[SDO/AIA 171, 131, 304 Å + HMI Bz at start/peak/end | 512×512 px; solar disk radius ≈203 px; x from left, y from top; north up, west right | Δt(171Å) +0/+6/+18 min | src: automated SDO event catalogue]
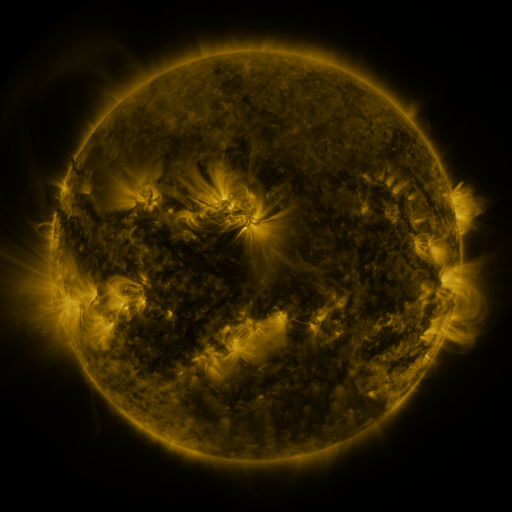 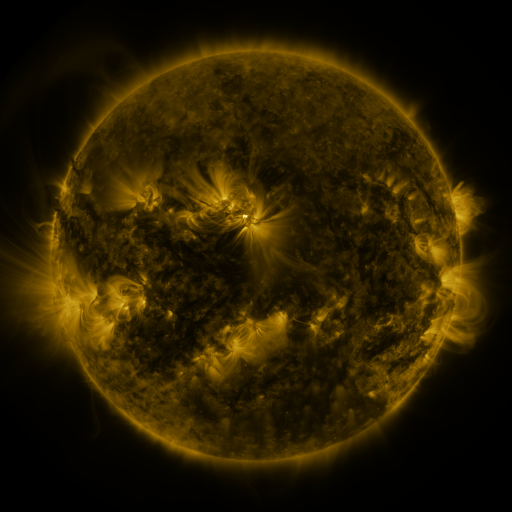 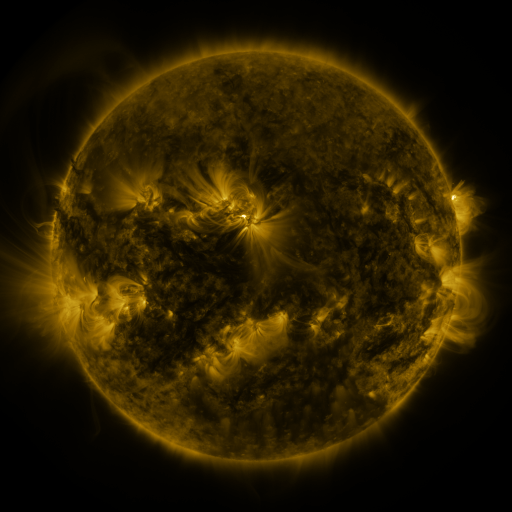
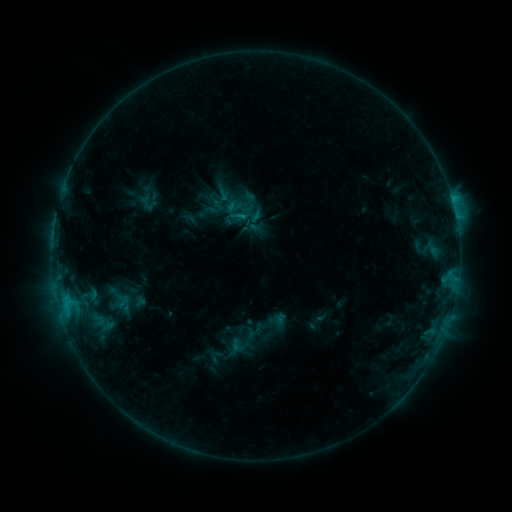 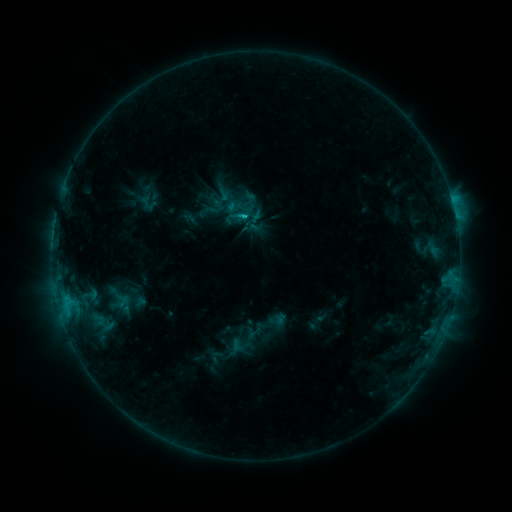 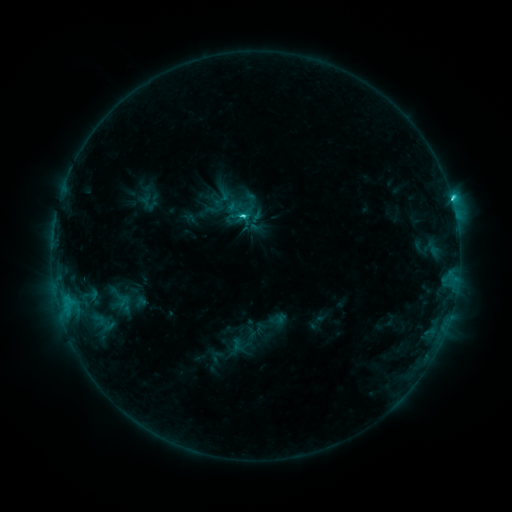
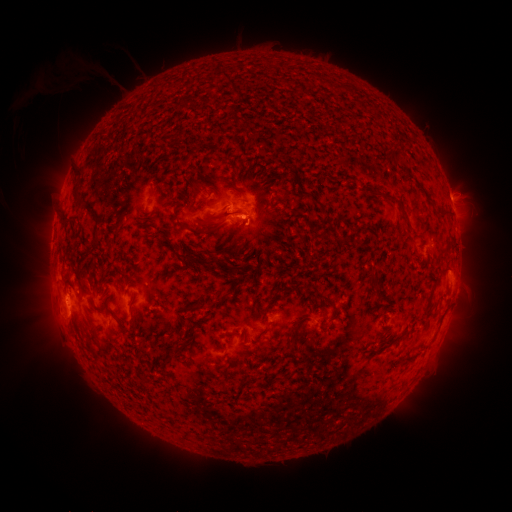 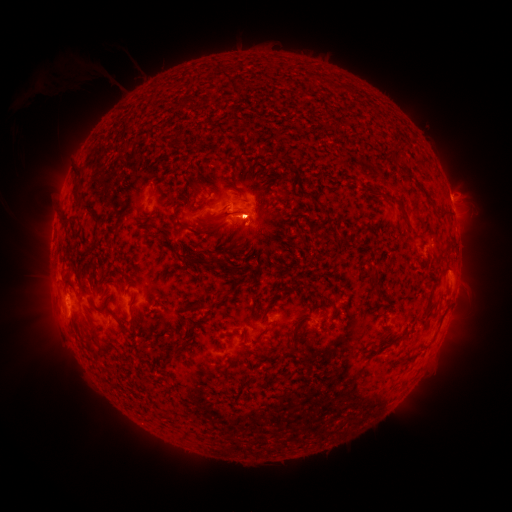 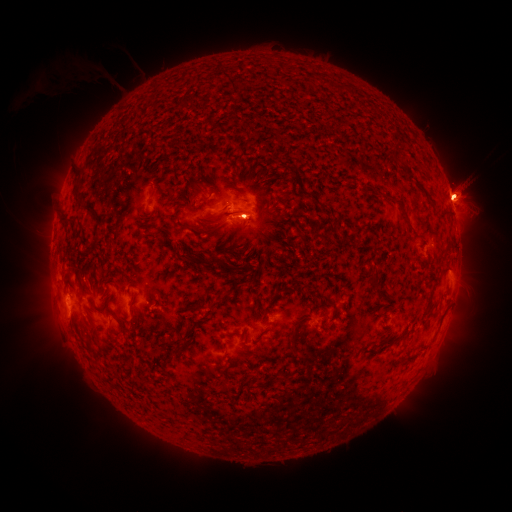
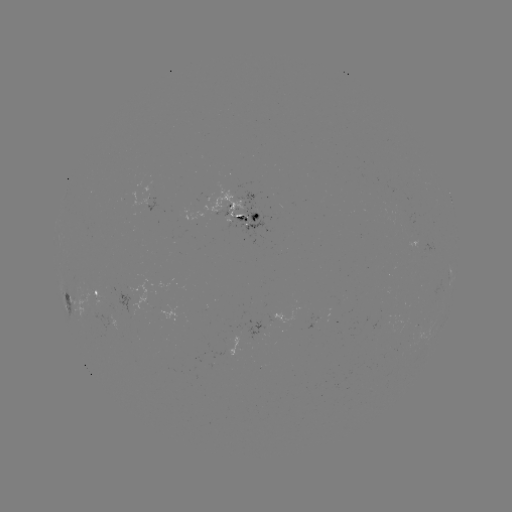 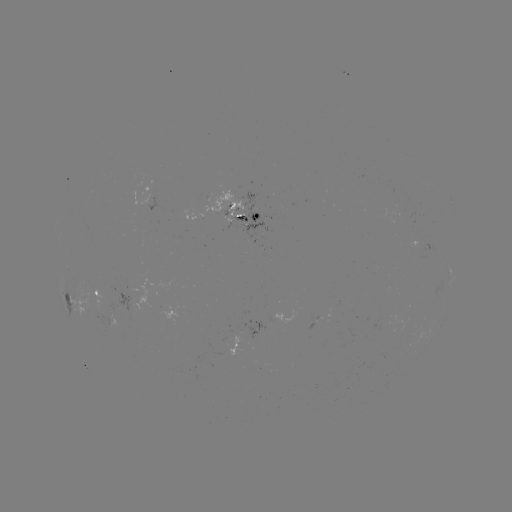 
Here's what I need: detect eruption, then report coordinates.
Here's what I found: eruption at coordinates [248, 227].